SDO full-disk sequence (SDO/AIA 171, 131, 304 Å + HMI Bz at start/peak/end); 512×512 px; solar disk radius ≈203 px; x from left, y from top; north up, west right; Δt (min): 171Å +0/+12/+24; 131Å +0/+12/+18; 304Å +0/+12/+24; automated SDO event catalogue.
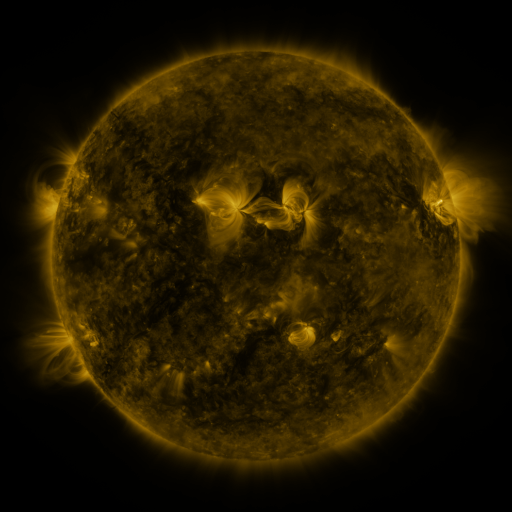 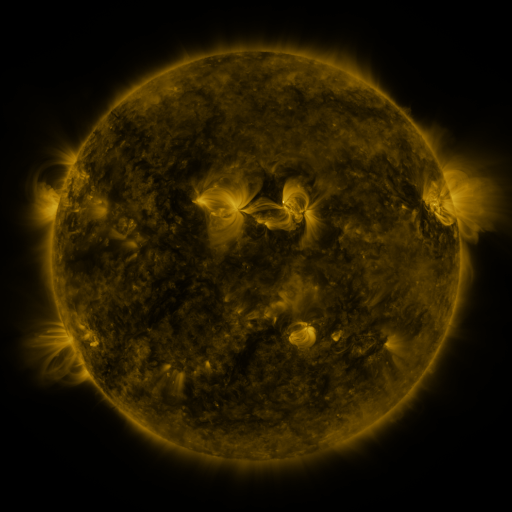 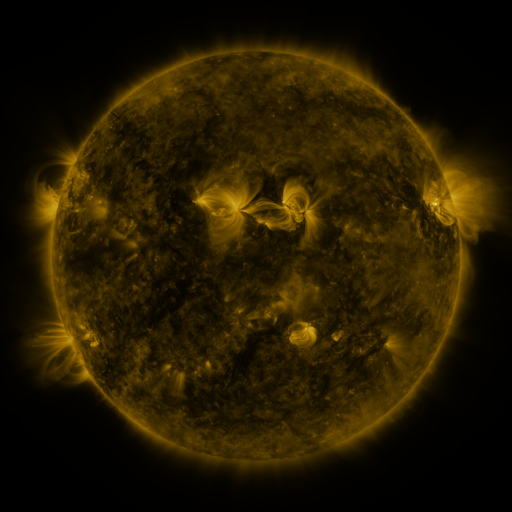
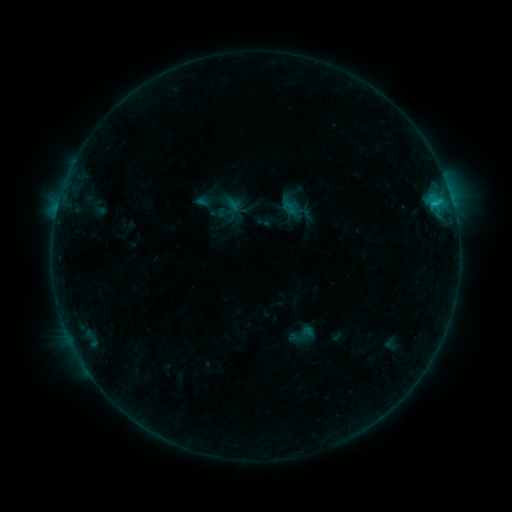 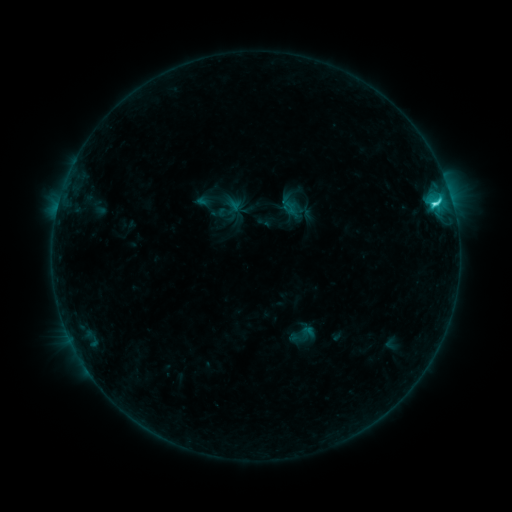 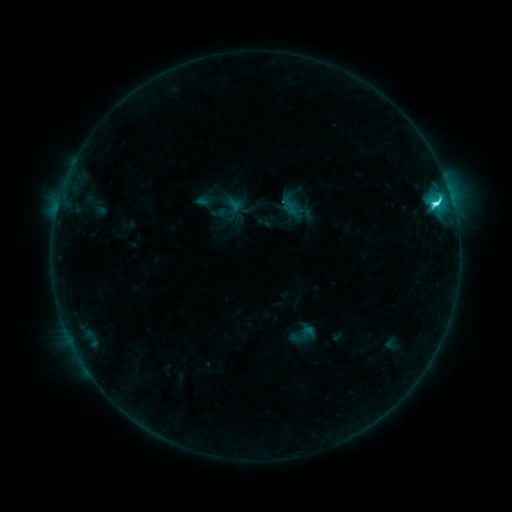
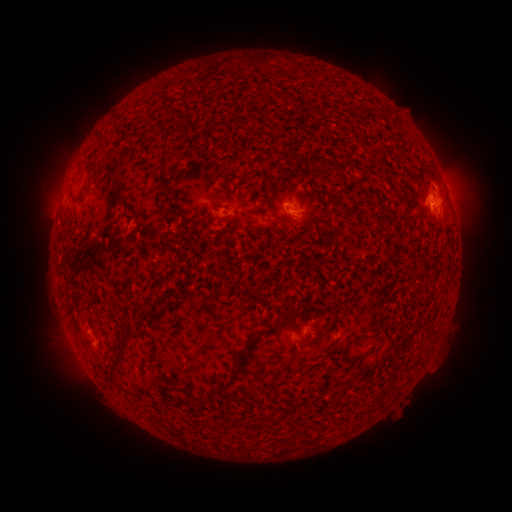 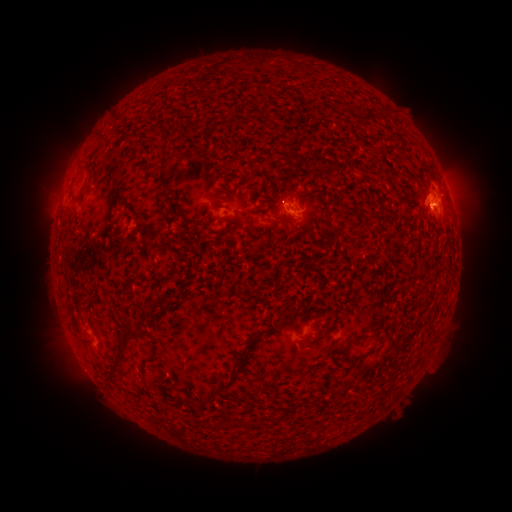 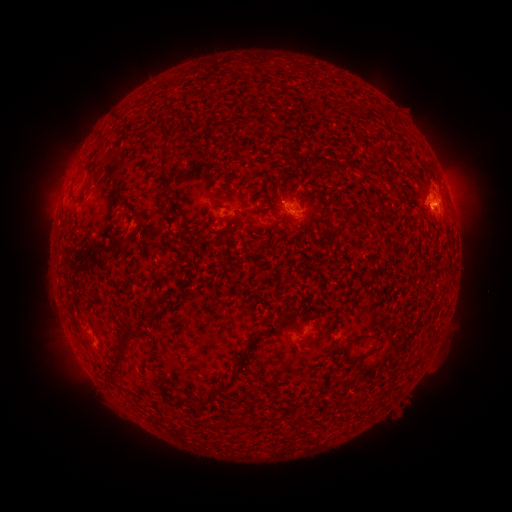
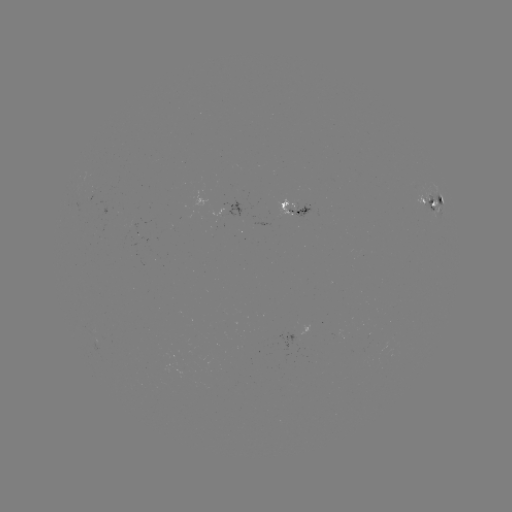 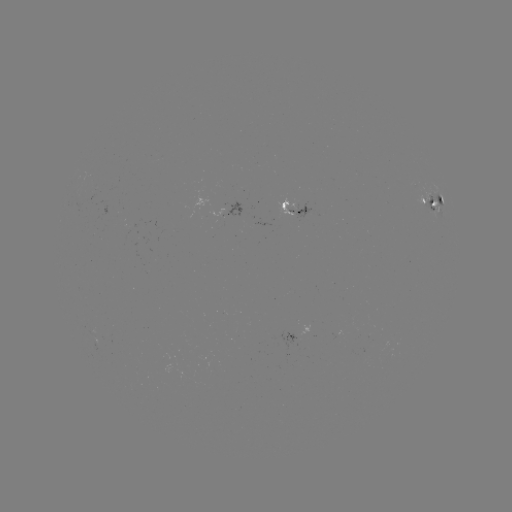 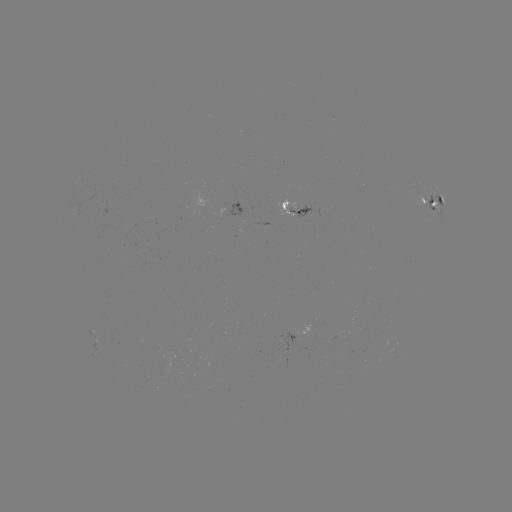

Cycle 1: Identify C5.3 flare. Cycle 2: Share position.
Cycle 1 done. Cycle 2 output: [433, 205].